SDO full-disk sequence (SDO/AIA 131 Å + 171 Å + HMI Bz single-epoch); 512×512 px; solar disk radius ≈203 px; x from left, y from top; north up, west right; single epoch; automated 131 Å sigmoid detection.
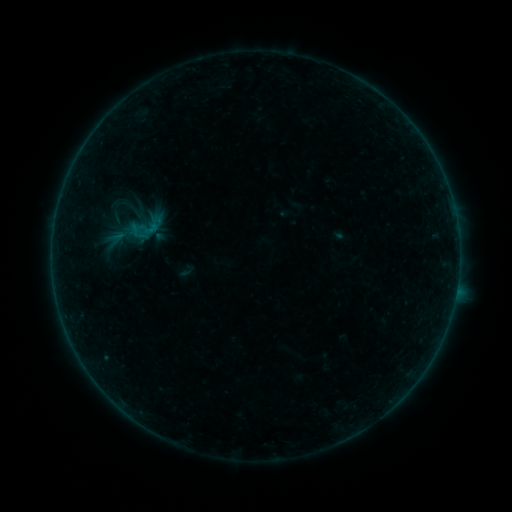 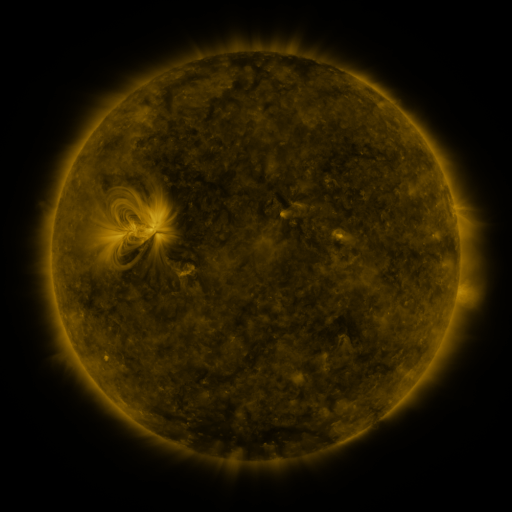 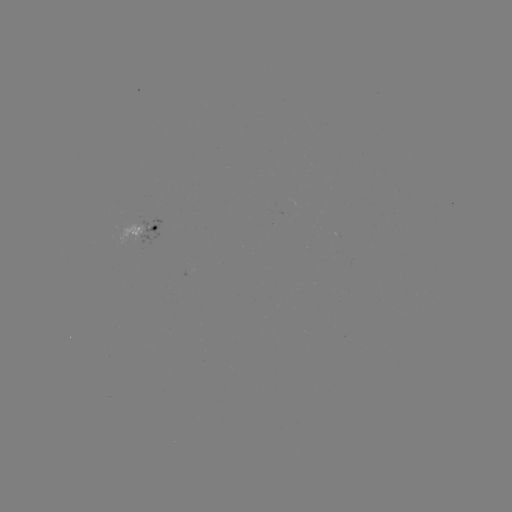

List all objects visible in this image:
sigmoid: [124, 206, 167, 248]
